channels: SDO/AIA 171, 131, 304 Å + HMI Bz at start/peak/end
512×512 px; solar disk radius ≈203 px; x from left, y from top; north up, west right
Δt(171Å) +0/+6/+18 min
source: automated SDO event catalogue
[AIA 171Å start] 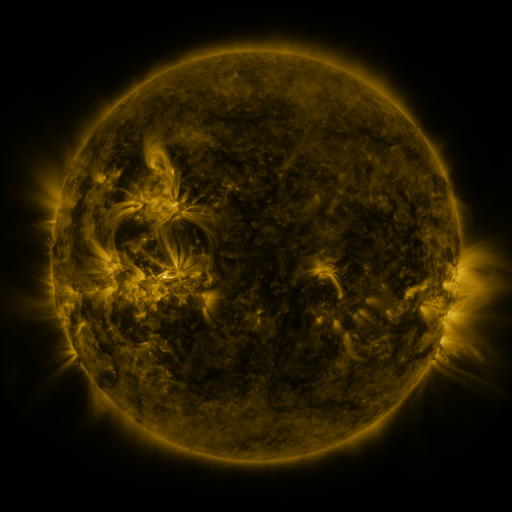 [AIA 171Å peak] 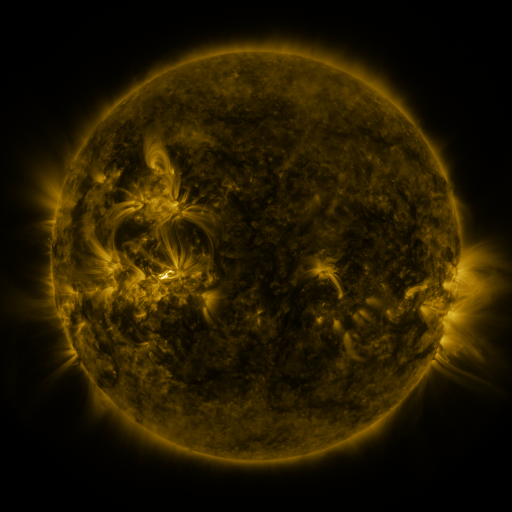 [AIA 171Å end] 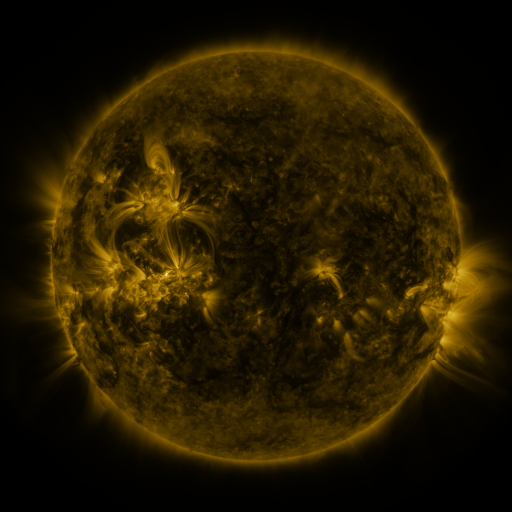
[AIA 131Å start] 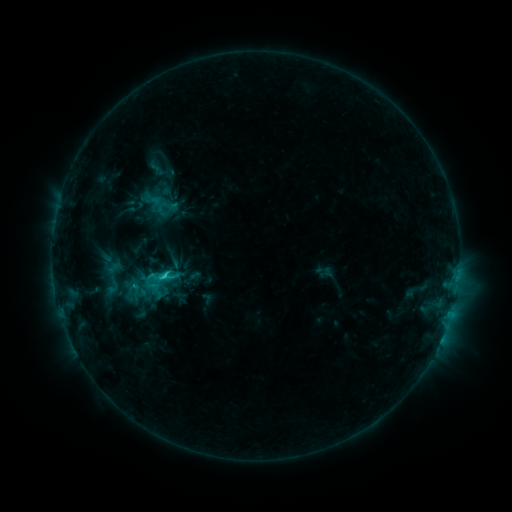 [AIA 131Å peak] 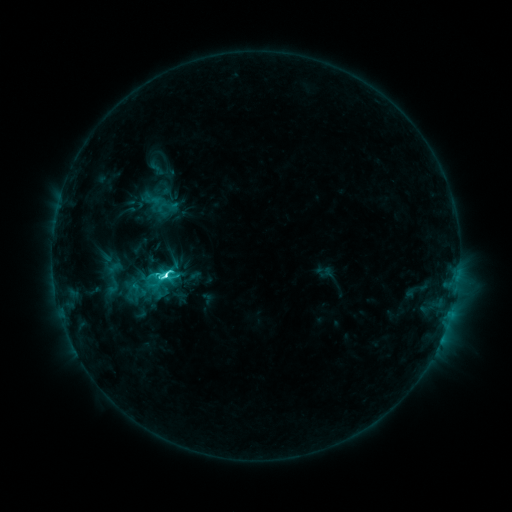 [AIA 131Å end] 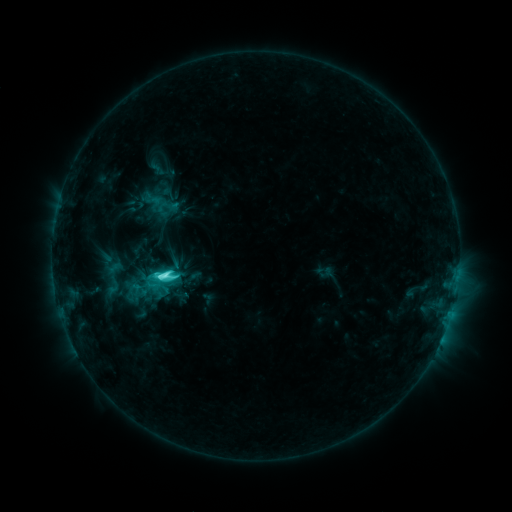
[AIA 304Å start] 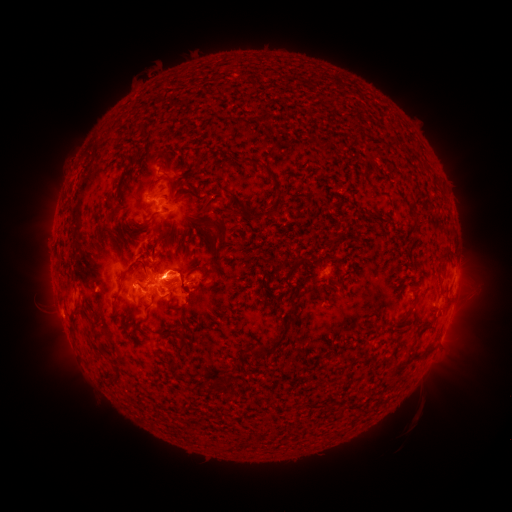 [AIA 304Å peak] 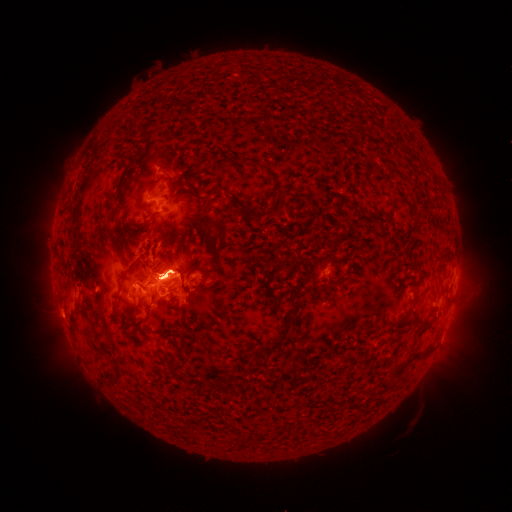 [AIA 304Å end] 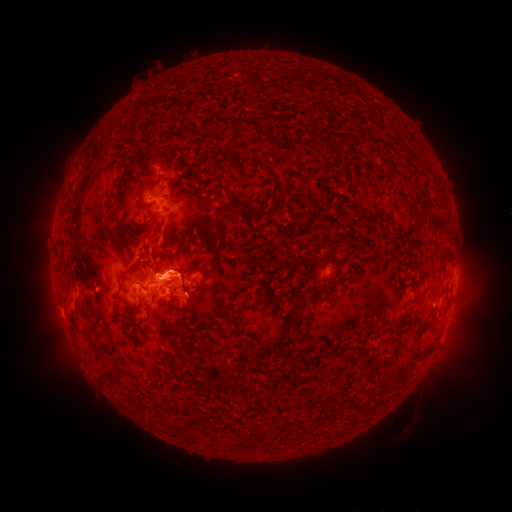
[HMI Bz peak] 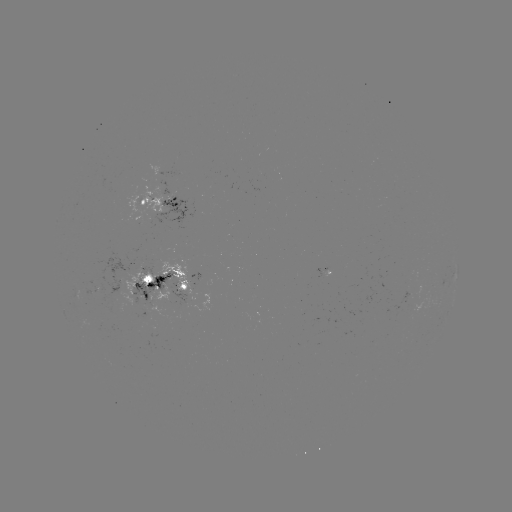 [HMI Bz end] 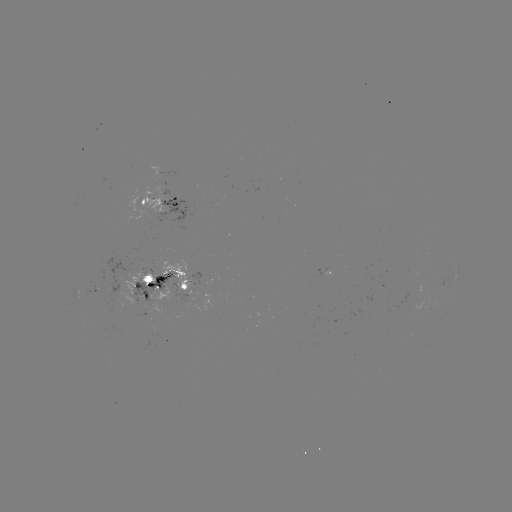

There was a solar flare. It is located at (167, 272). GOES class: M1.0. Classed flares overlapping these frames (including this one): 1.